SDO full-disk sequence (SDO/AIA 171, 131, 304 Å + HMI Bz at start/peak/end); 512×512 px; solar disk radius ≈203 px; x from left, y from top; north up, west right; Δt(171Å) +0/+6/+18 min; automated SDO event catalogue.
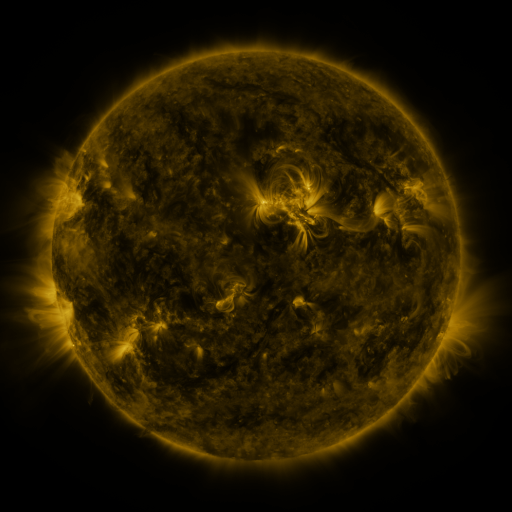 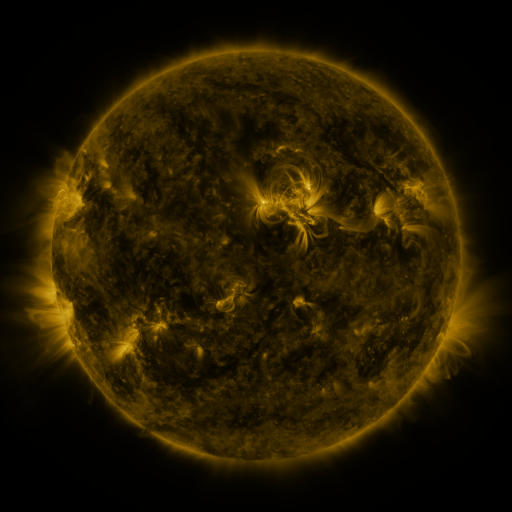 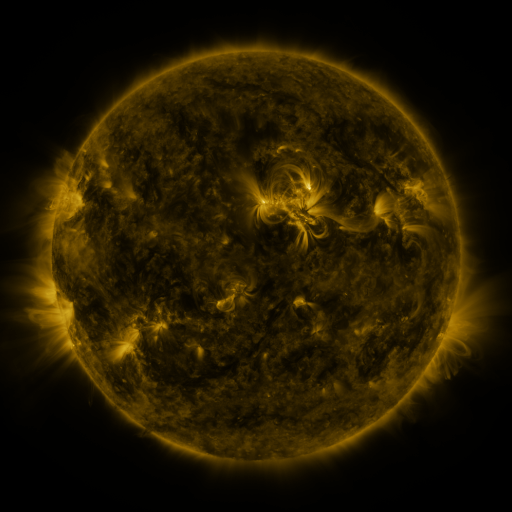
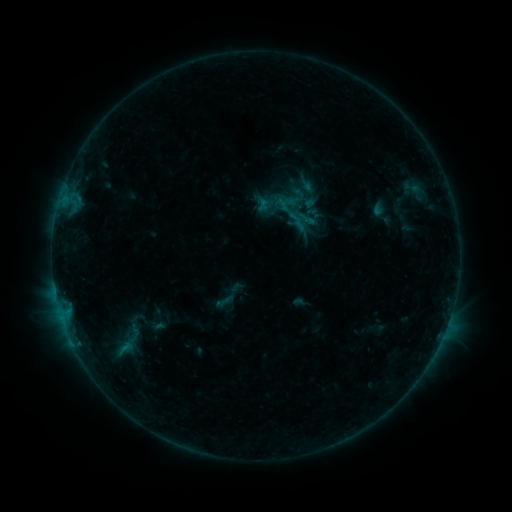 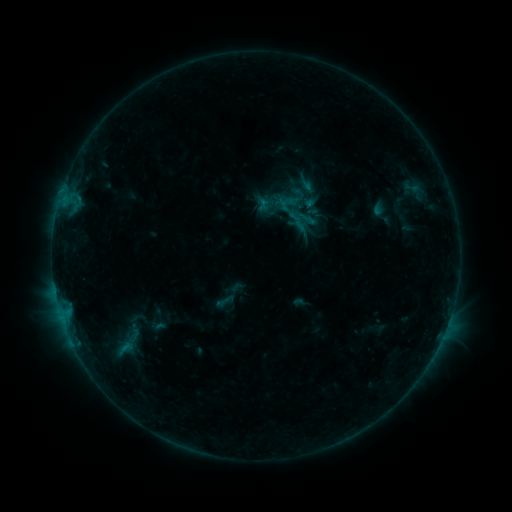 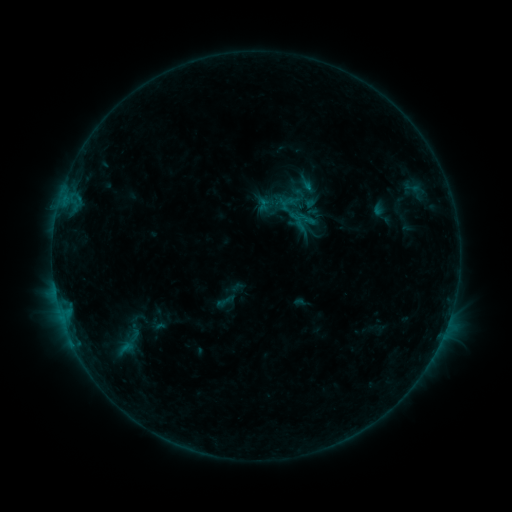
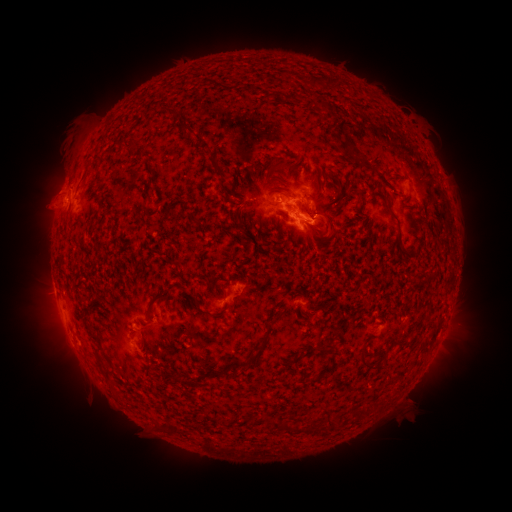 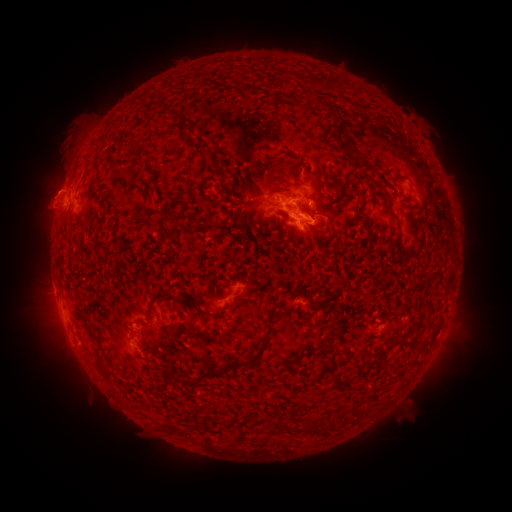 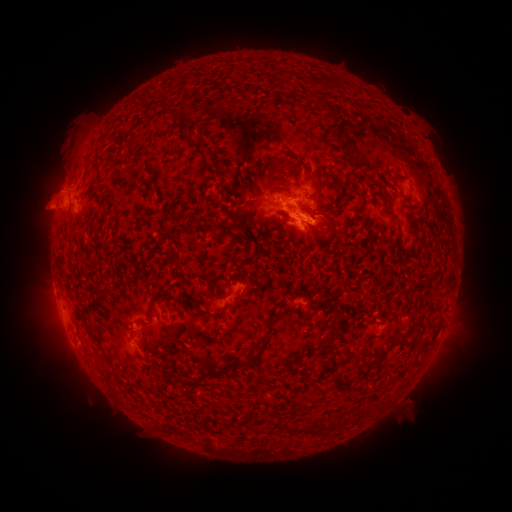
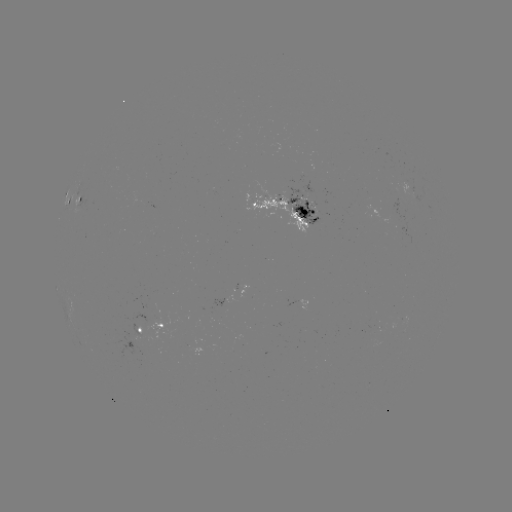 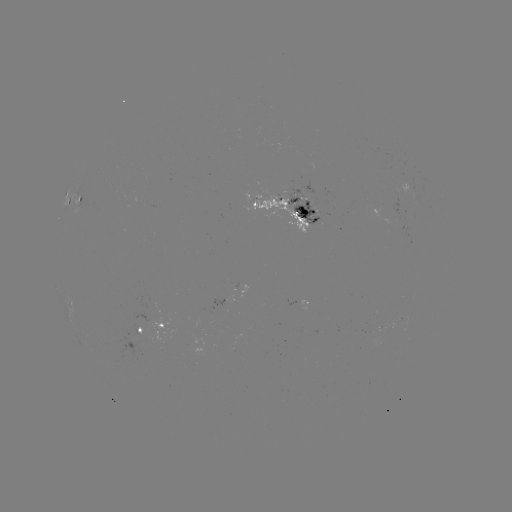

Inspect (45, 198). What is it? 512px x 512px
eruption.